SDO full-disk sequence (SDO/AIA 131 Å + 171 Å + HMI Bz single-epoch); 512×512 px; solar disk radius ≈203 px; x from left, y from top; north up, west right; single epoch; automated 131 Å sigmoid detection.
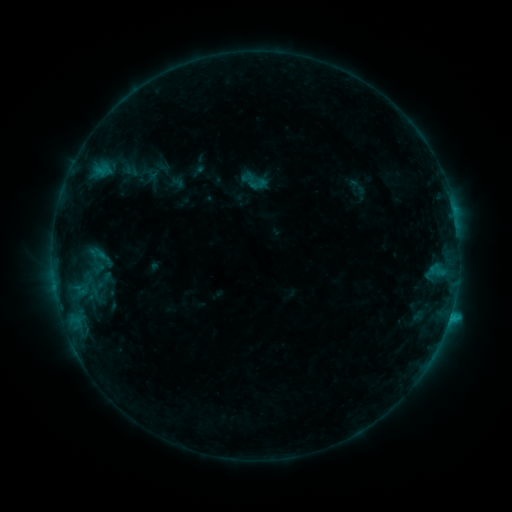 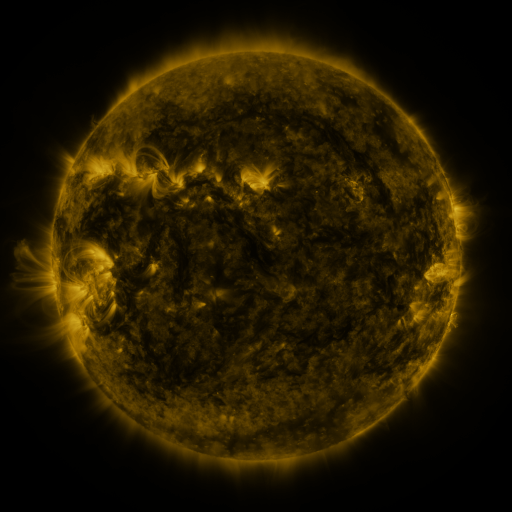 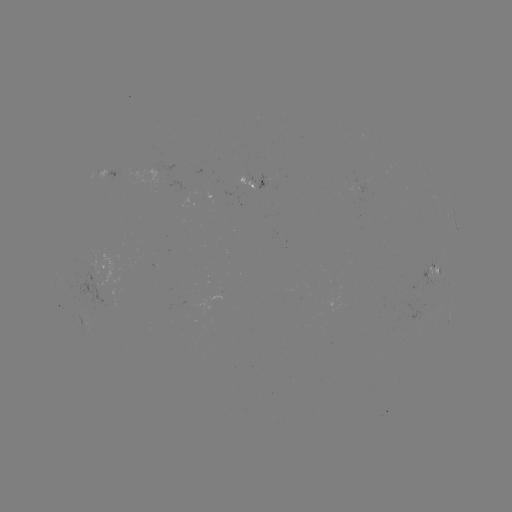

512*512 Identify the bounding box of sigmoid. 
[247, 173, 268, 195].